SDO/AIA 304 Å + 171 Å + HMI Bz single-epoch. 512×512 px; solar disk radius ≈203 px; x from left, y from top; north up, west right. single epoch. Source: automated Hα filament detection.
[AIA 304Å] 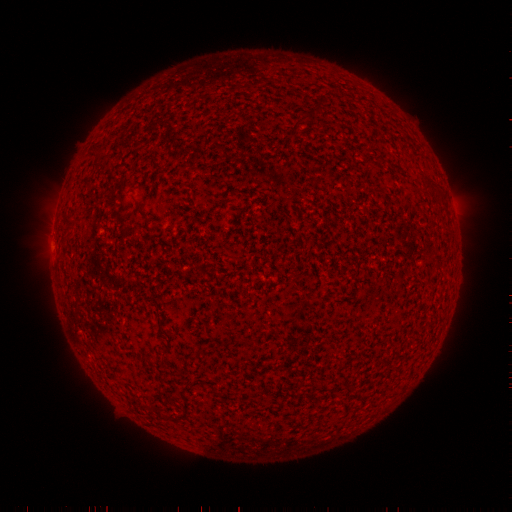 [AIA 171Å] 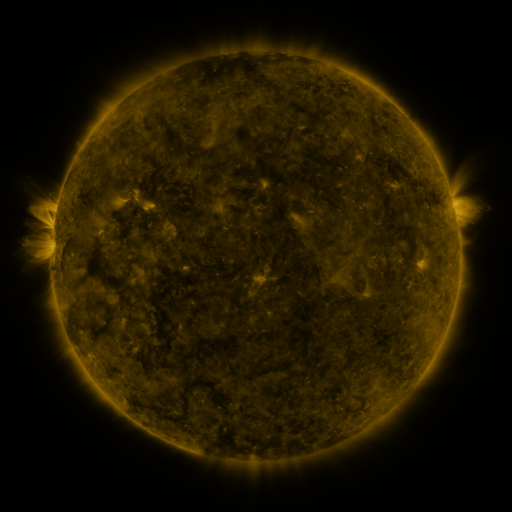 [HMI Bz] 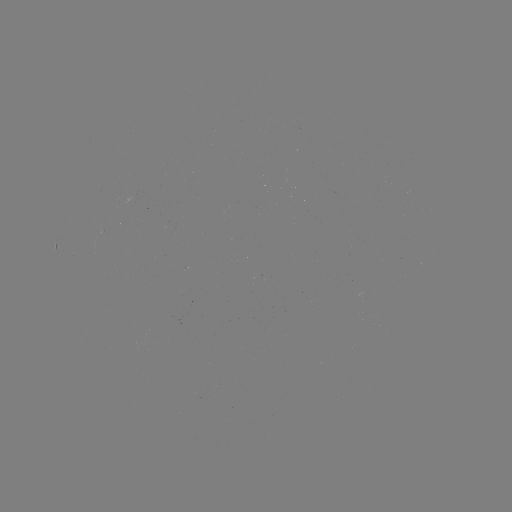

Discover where filament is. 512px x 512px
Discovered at [139, 209].